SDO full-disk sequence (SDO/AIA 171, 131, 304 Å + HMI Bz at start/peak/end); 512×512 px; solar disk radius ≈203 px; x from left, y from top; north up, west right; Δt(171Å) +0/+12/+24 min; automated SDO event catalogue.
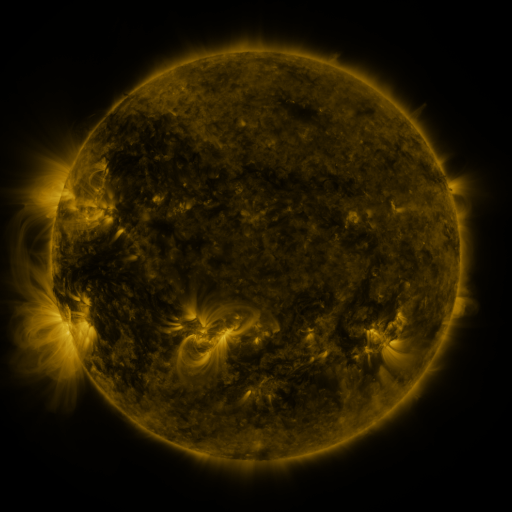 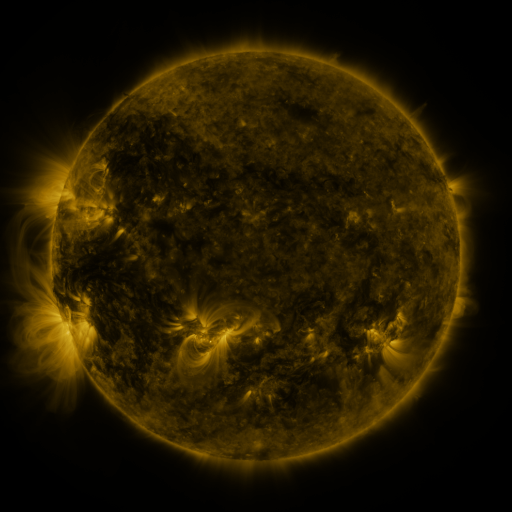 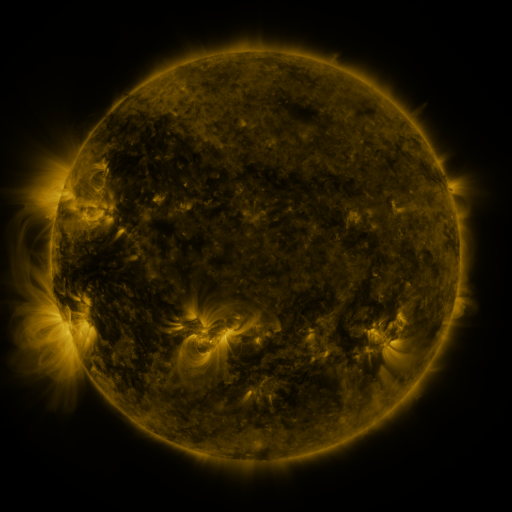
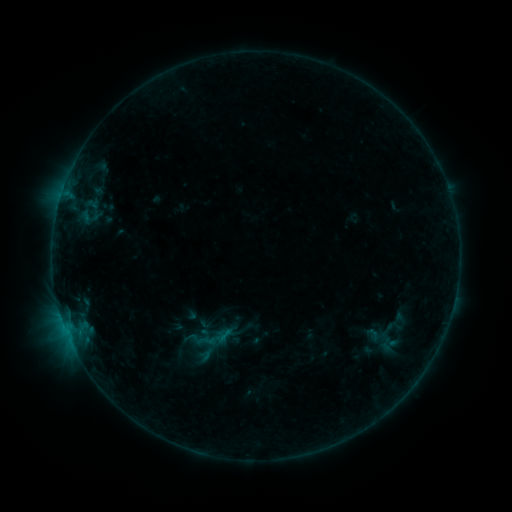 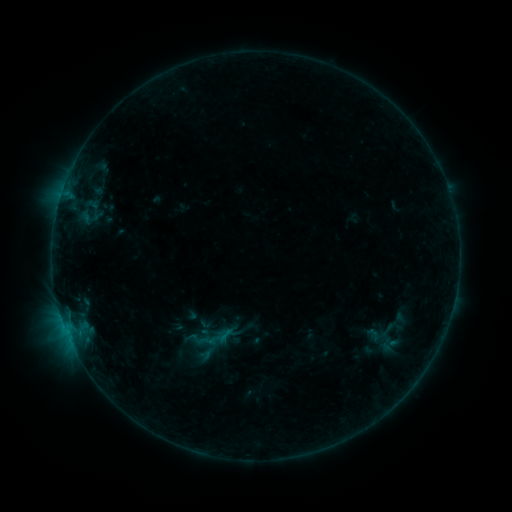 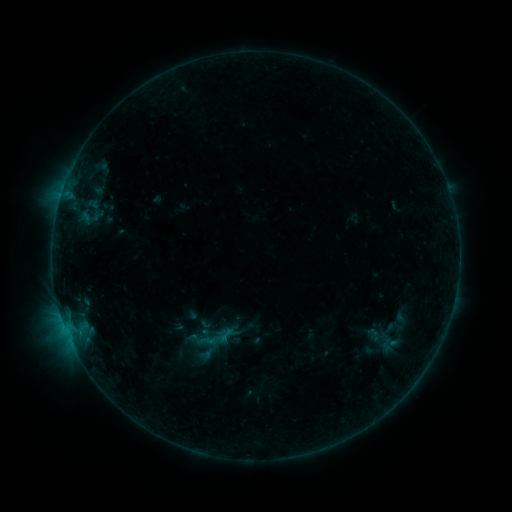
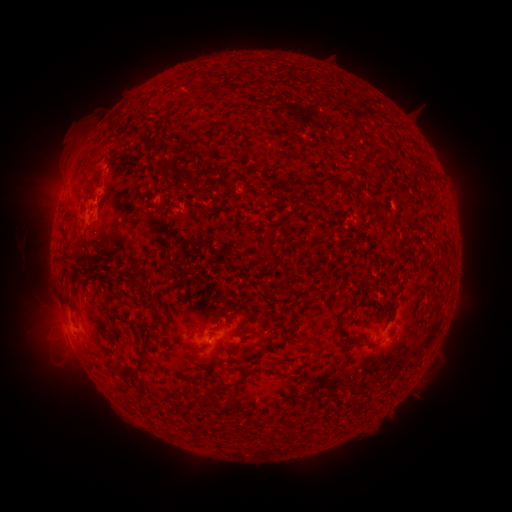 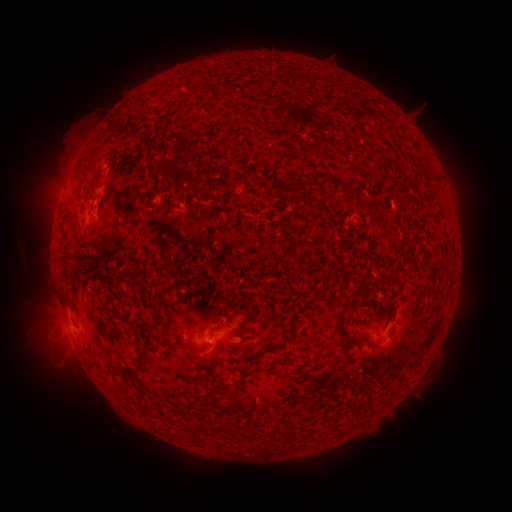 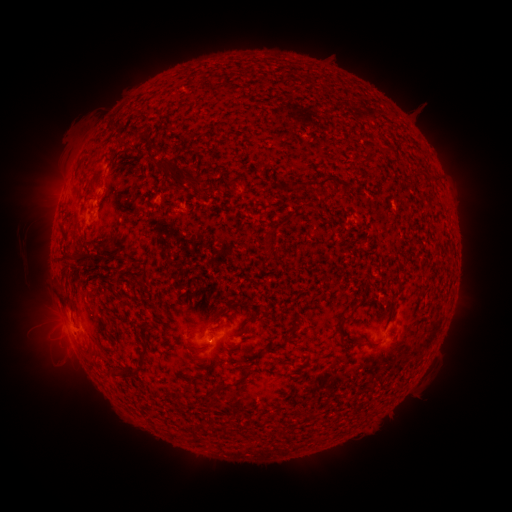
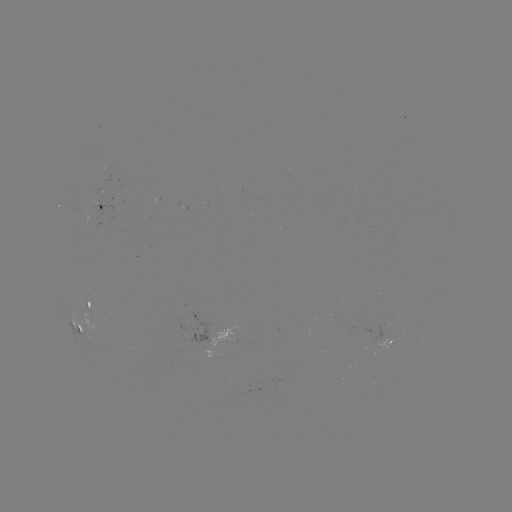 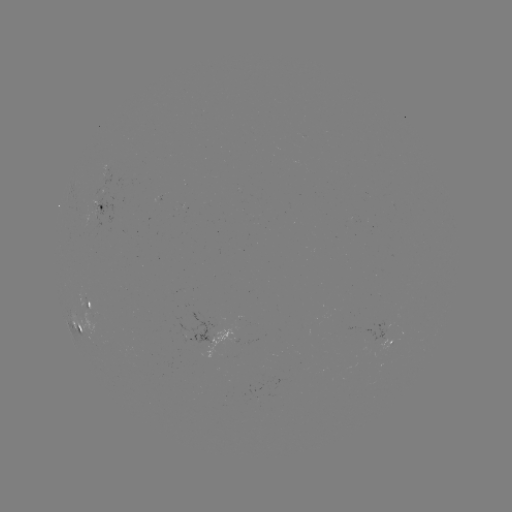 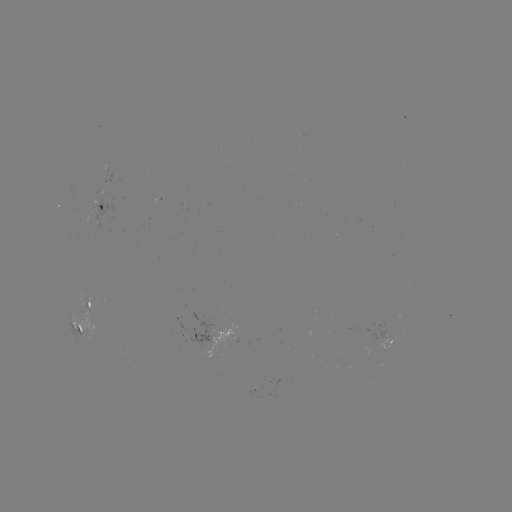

no classed flare was catalogued and no EUV brightening was flagged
